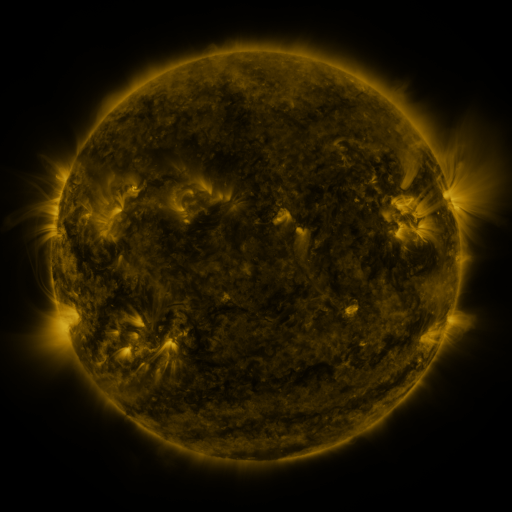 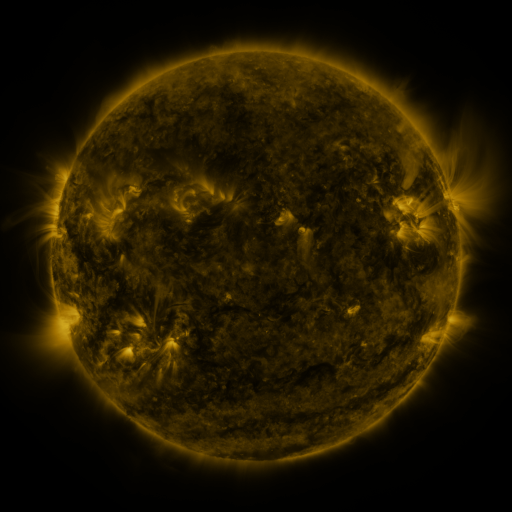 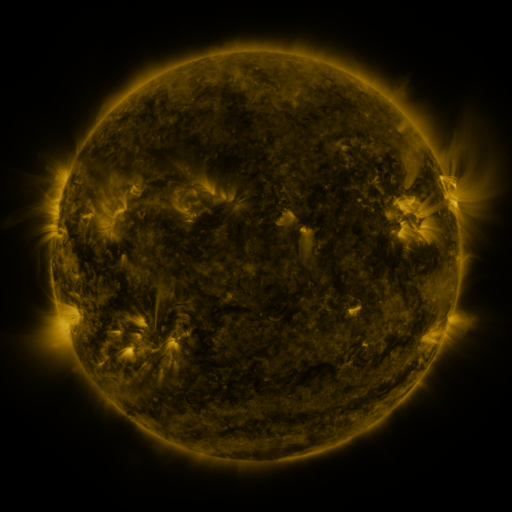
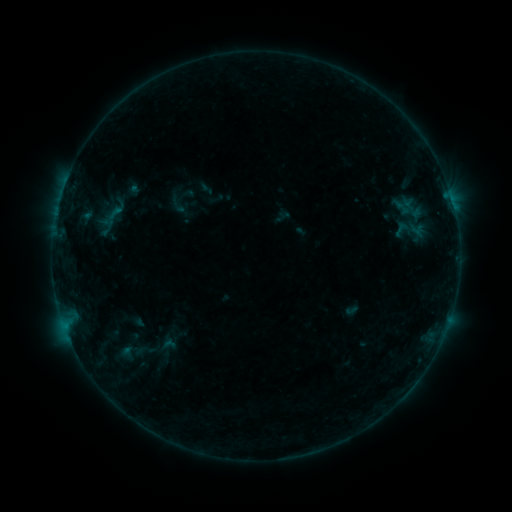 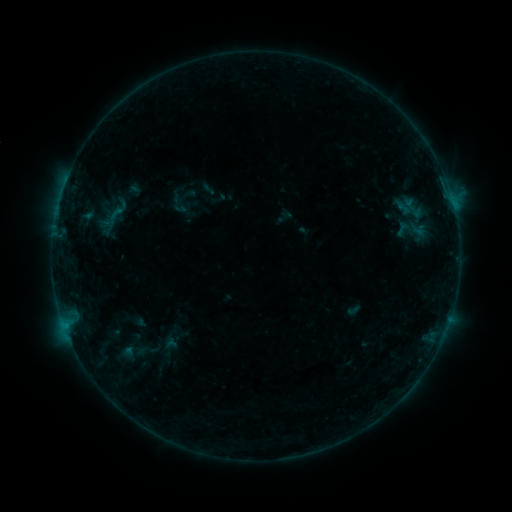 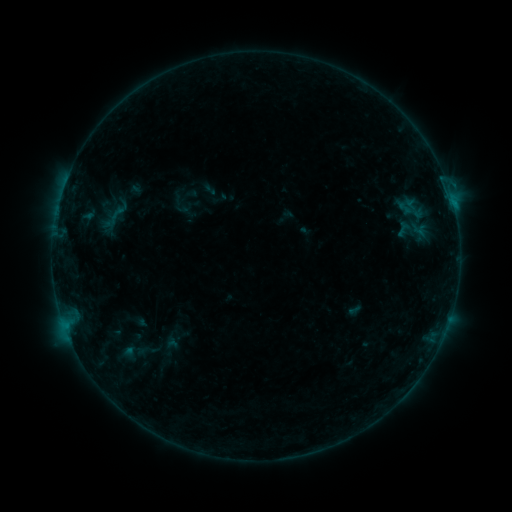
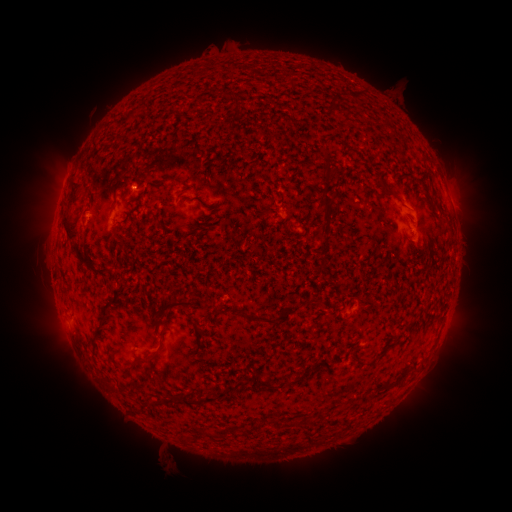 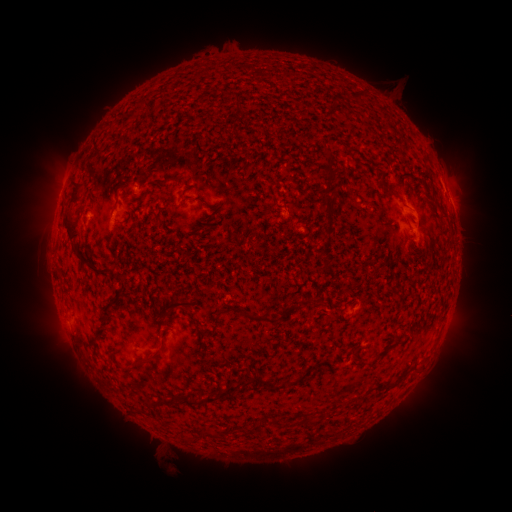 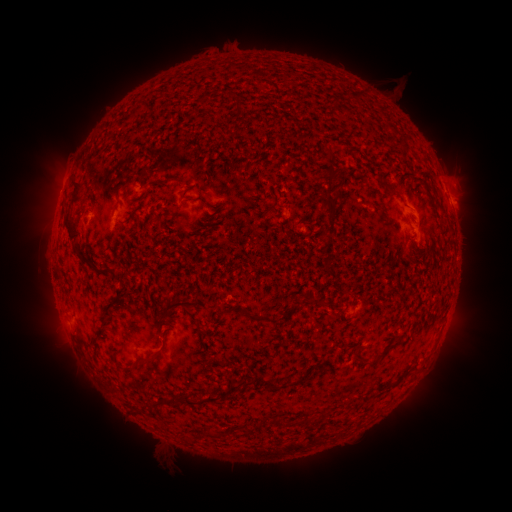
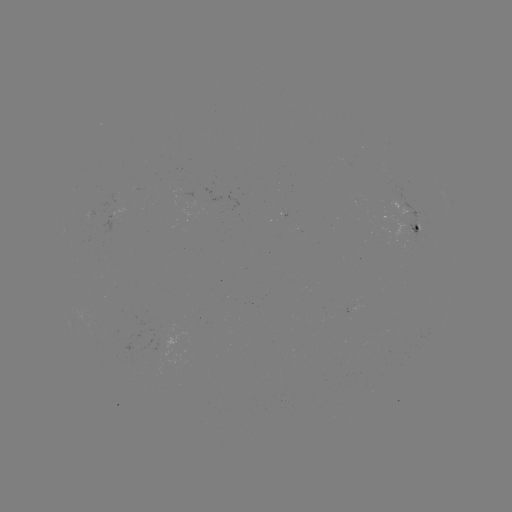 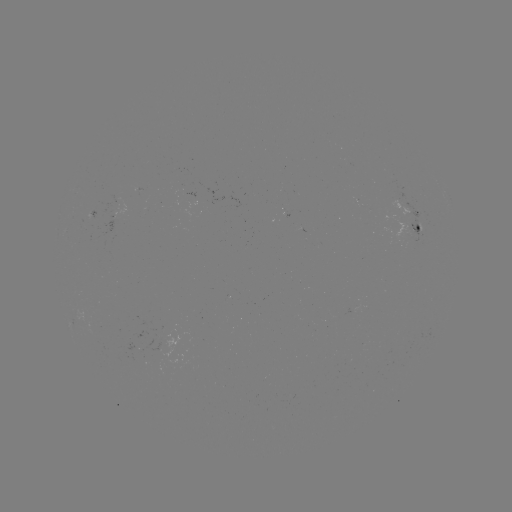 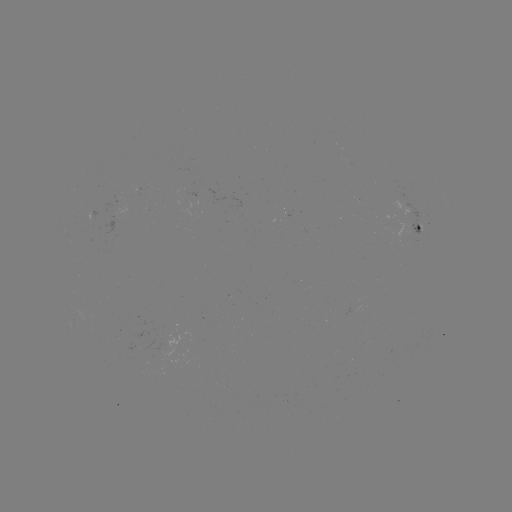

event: flare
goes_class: B4.8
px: (453, 206)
